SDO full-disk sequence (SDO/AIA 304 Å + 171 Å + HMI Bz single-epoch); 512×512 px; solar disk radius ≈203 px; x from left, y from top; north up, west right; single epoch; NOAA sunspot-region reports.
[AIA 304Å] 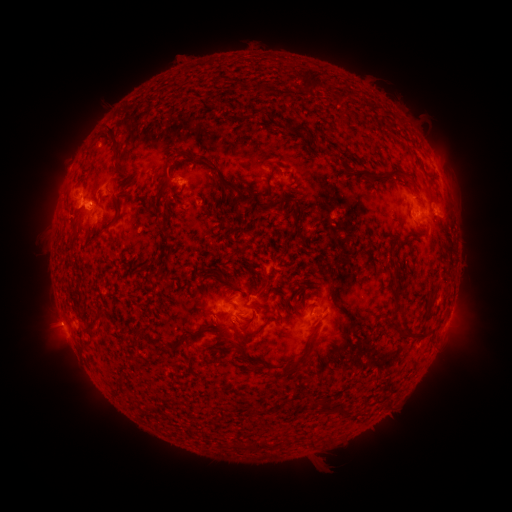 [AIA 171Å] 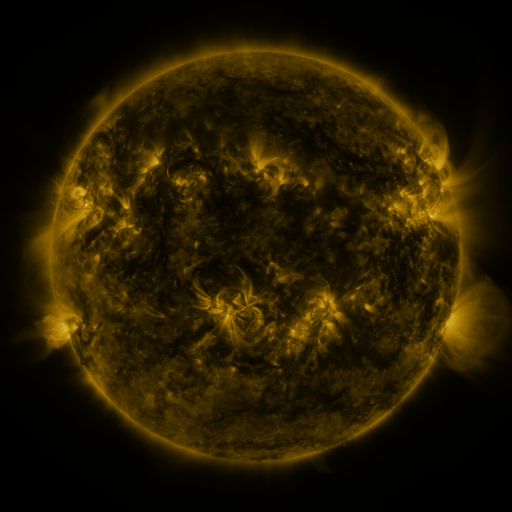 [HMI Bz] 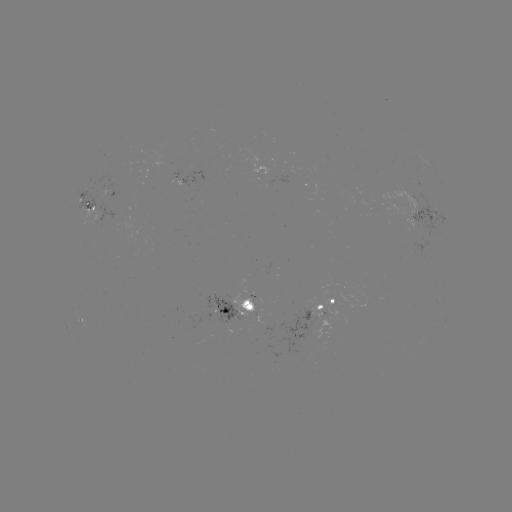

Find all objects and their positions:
spotted active region: (446, 185)
spotted active region: (185, 187)
spotted active region: (112, 194)
spotted active region: (89, 203)
spotted active region: (422, 213)
spotted active region: (242, 302)
spotted active region: (329, 303)
spotted active region: (450, 312)
spotted active region: (84, 319)
